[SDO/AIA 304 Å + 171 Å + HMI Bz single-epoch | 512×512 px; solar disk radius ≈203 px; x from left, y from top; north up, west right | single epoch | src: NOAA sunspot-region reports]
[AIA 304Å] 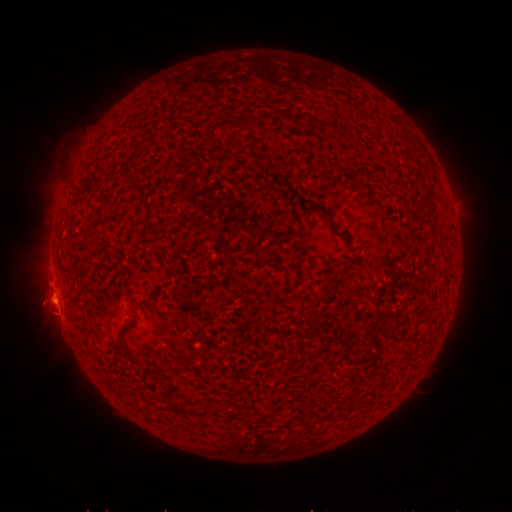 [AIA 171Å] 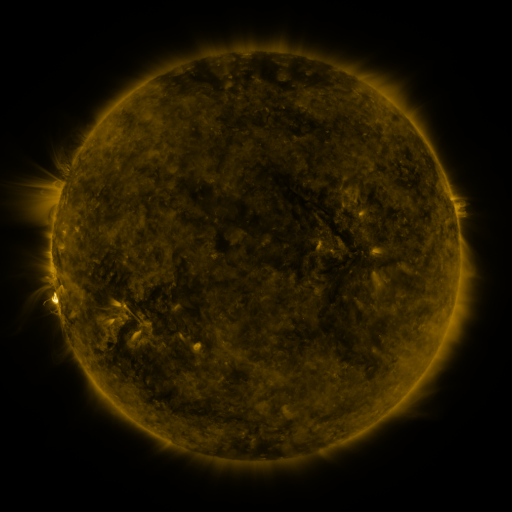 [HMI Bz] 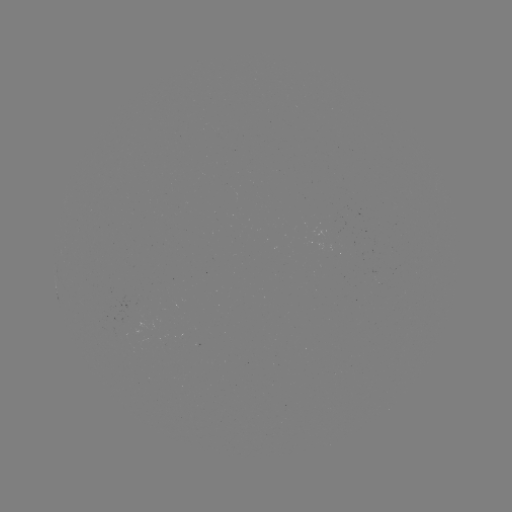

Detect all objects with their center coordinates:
(none)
